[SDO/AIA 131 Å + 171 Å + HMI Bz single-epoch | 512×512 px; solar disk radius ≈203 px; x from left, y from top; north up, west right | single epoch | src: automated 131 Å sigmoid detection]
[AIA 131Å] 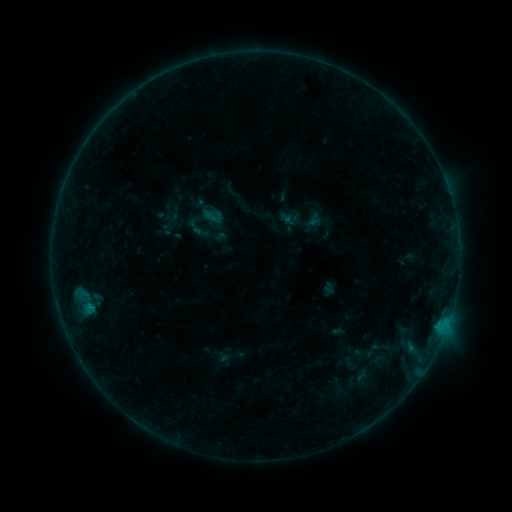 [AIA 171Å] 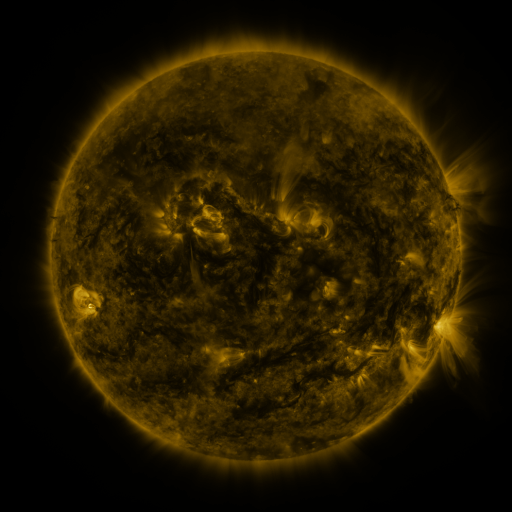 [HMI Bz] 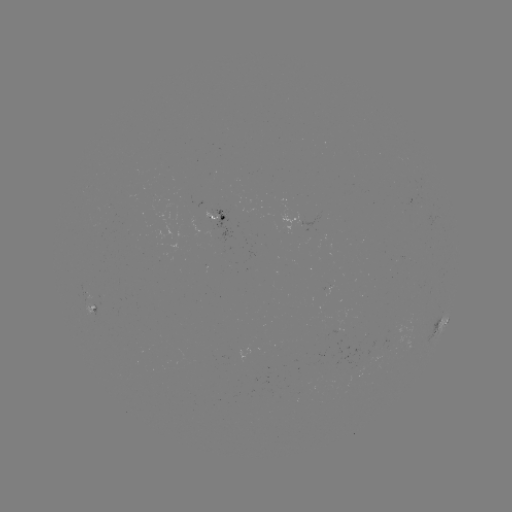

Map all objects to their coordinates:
sigmoid: [203, 205, 223, 227]
